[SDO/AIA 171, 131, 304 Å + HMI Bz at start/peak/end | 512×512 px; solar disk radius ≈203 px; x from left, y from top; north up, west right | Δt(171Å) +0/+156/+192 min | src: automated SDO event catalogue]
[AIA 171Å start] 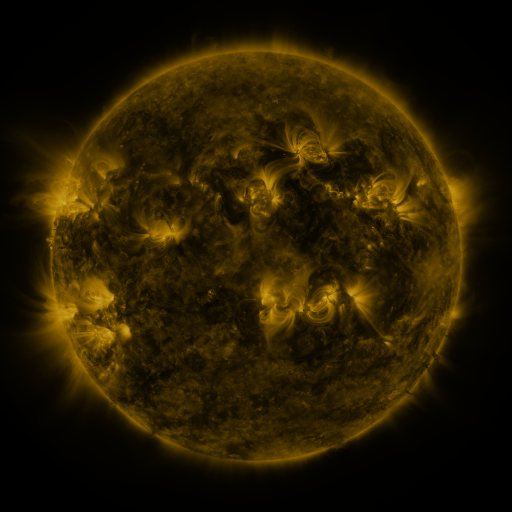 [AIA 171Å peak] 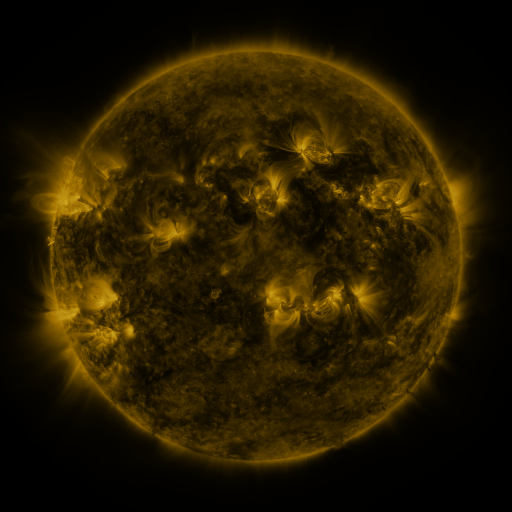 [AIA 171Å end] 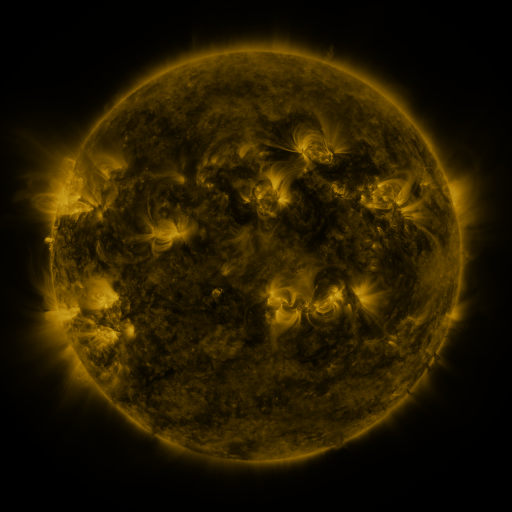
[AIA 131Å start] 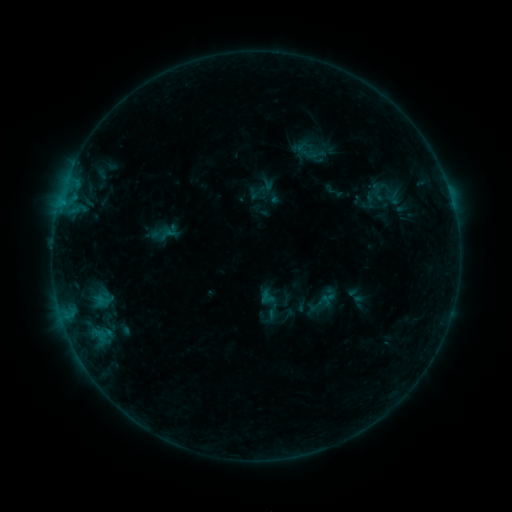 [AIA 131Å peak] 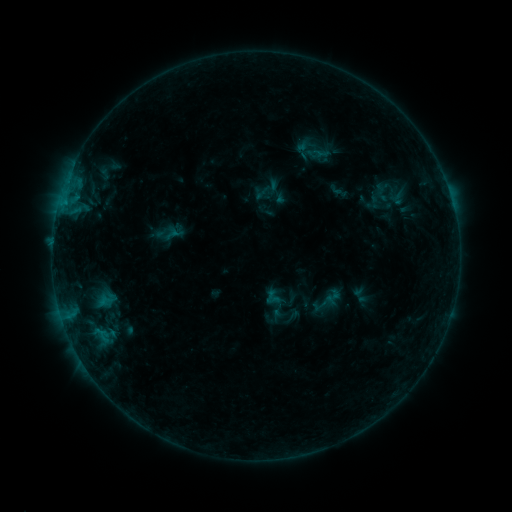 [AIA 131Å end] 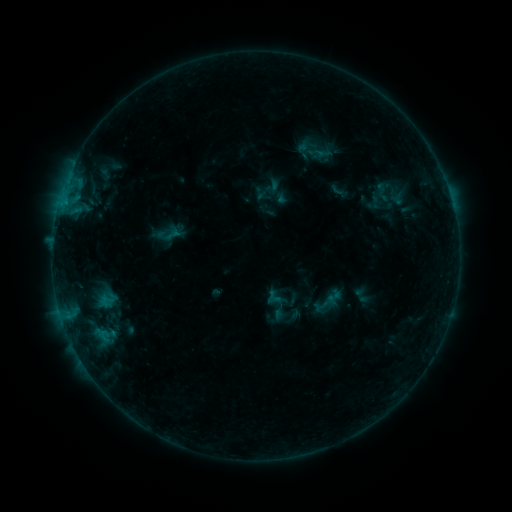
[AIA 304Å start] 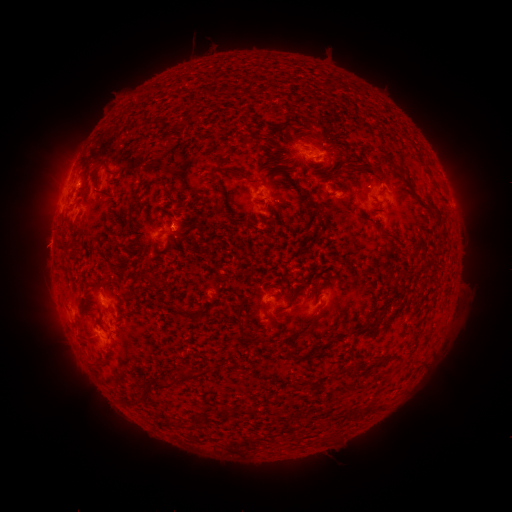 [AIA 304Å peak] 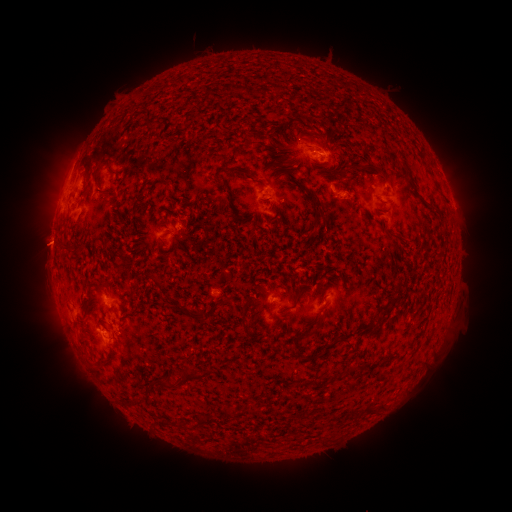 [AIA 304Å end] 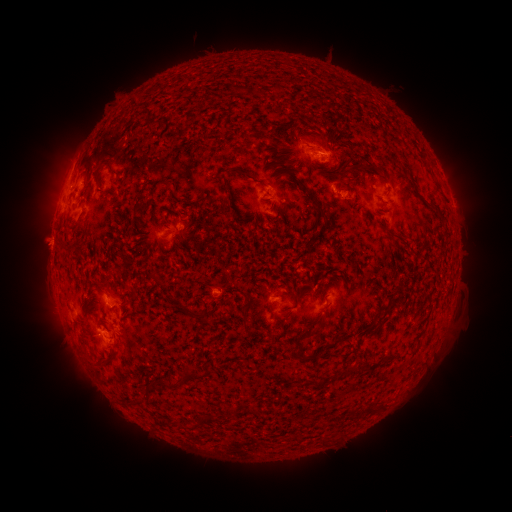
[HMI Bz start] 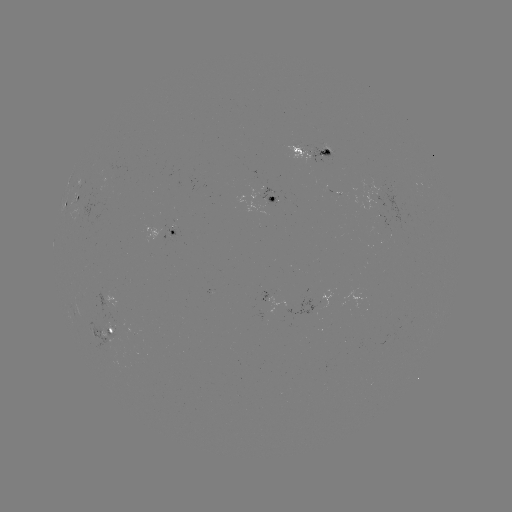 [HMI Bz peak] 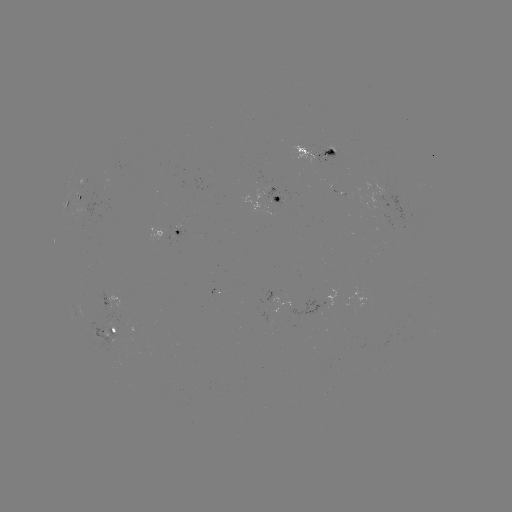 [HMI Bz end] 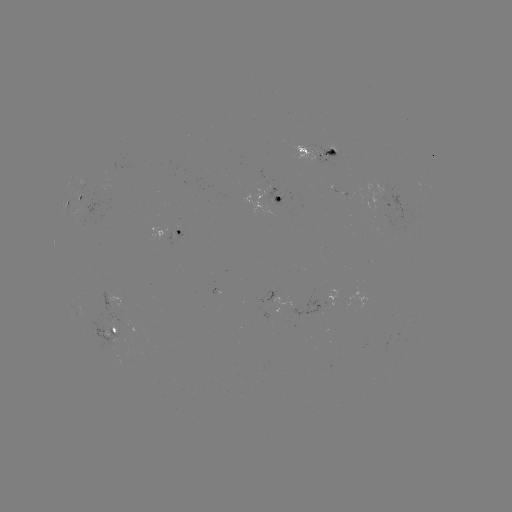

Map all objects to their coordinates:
emerging-flux region: (370, 187)
